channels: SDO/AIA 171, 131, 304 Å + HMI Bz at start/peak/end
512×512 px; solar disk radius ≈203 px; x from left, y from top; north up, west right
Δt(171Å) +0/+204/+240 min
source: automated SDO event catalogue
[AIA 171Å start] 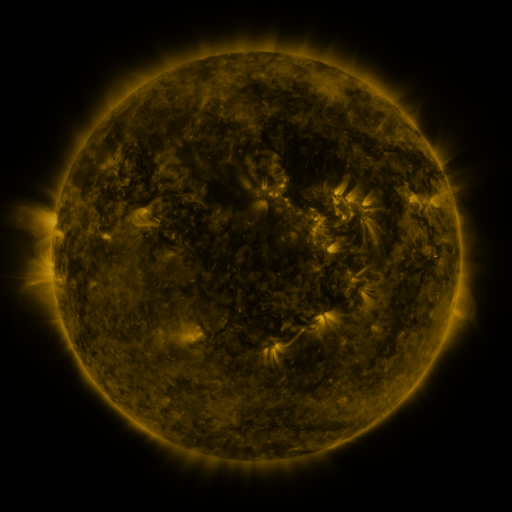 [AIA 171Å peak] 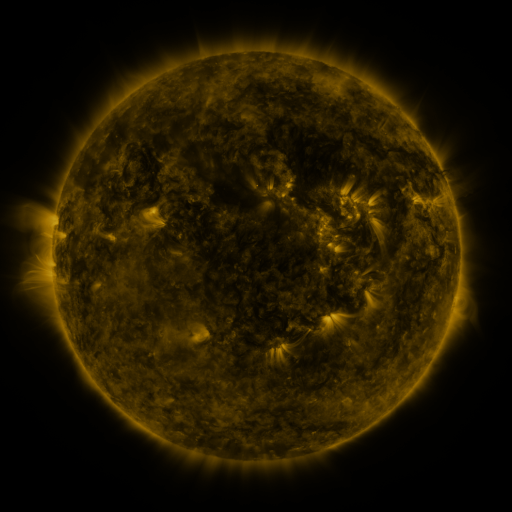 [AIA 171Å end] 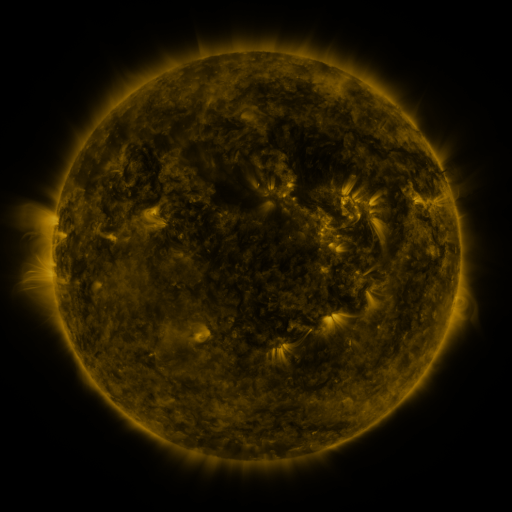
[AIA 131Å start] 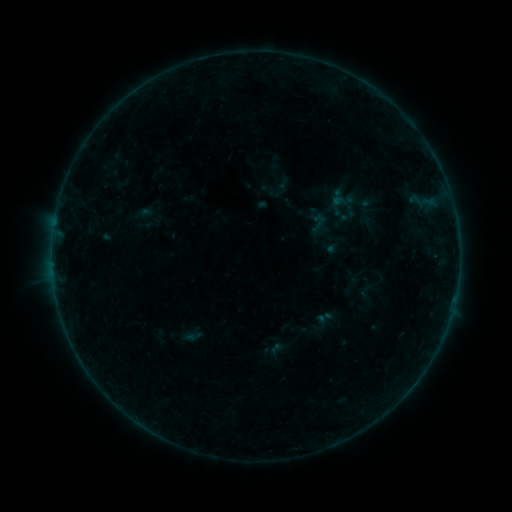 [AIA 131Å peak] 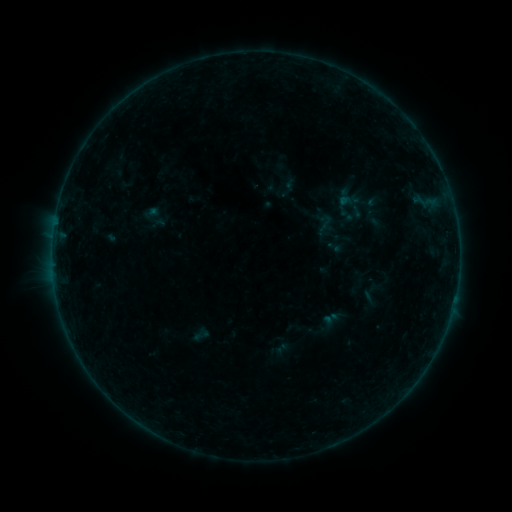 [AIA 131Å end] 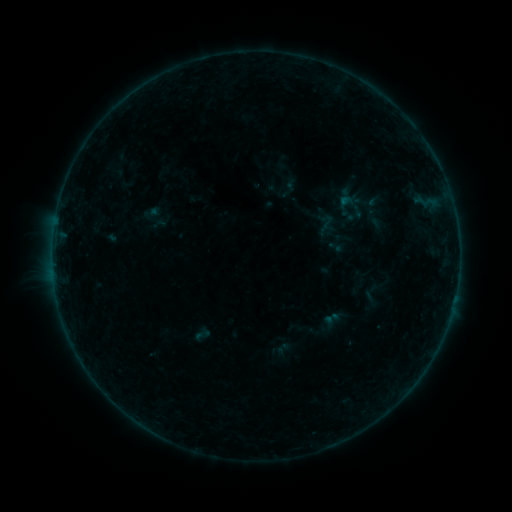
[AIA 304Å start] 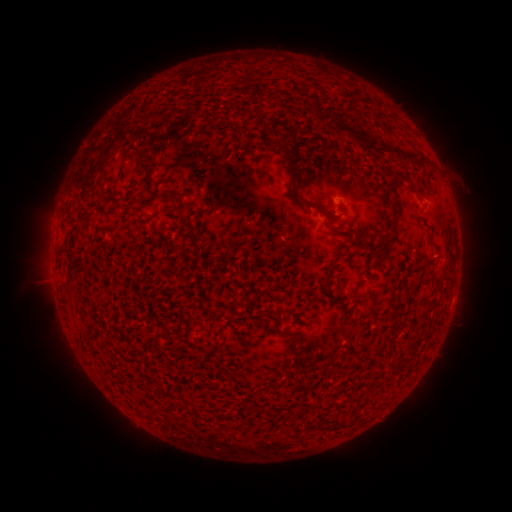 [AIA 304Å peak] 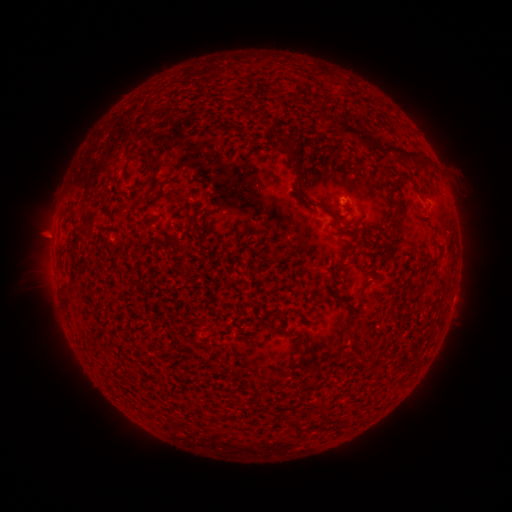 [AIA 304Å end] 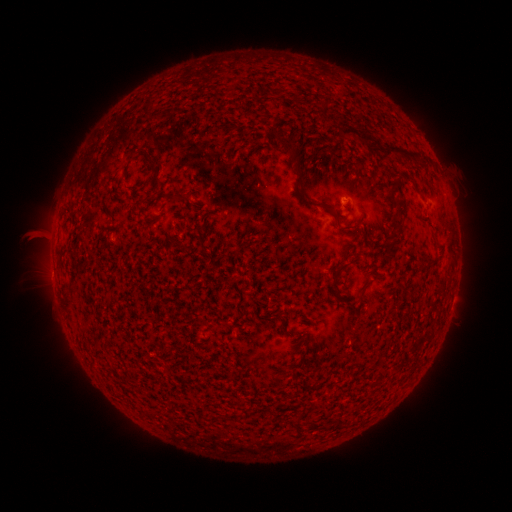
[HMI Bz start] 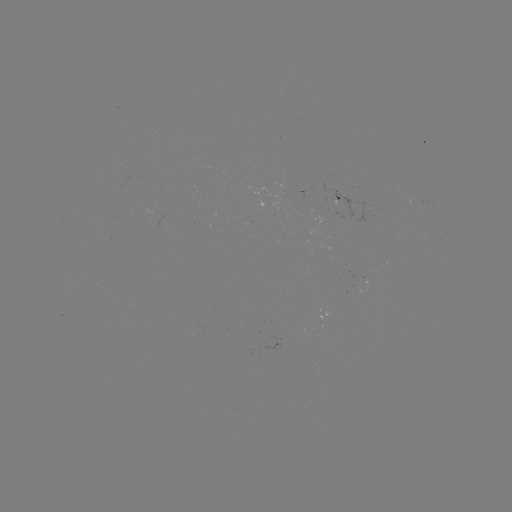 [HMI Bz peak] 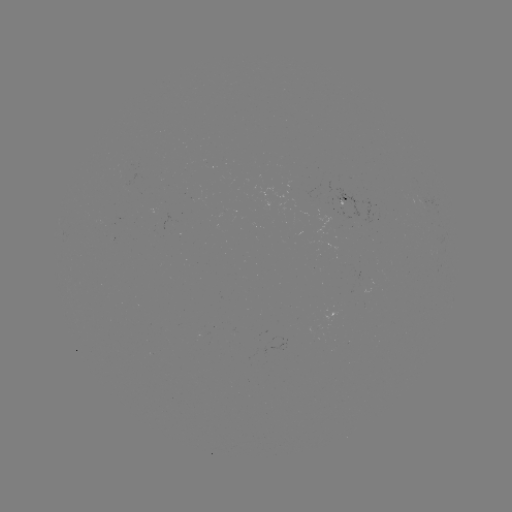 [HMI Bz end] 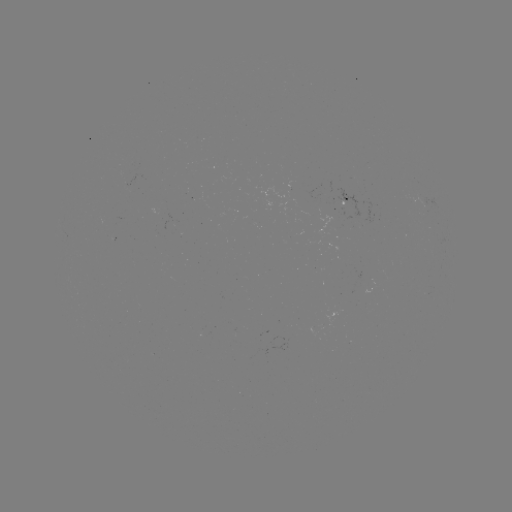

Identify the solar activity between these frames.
emerging-flux region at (341, 205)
